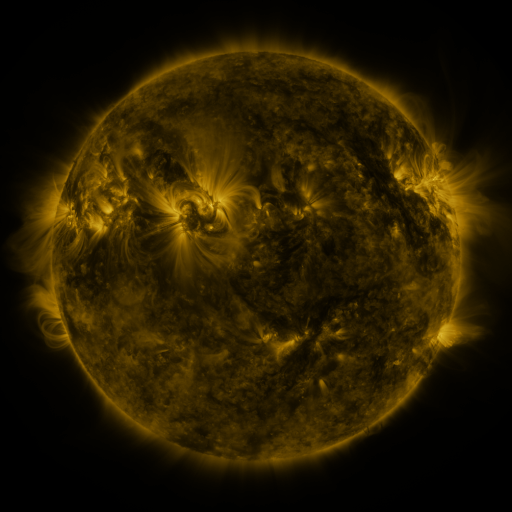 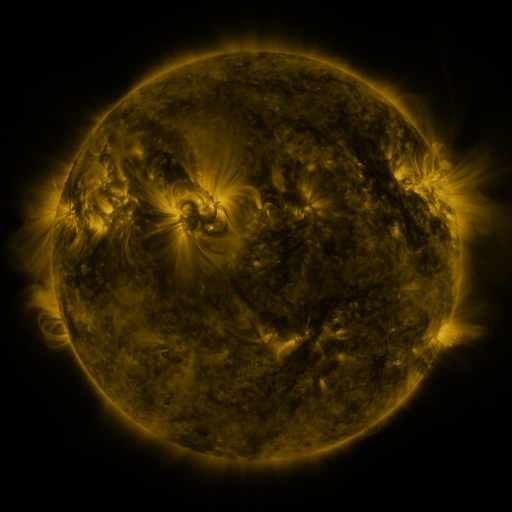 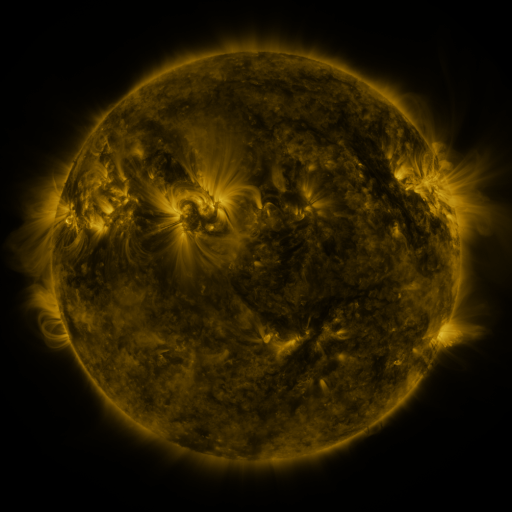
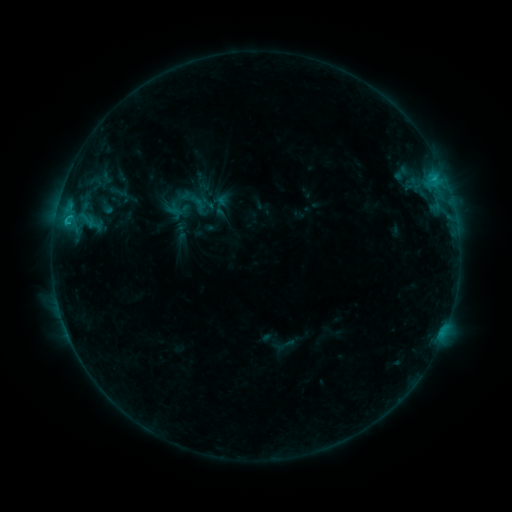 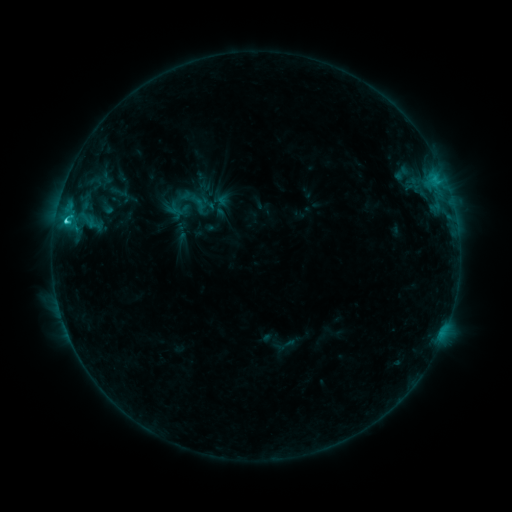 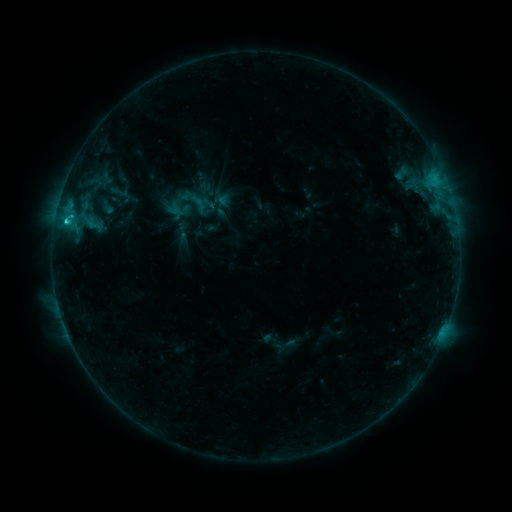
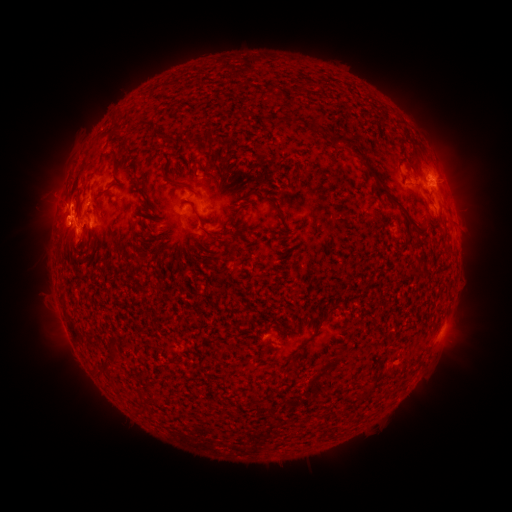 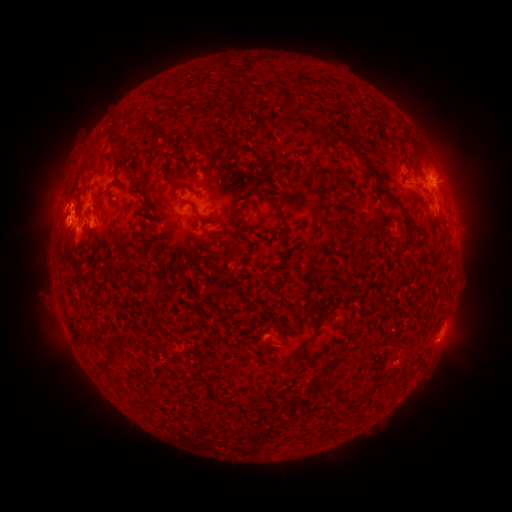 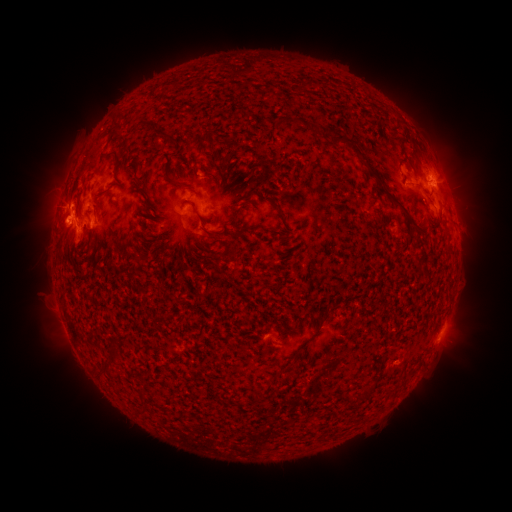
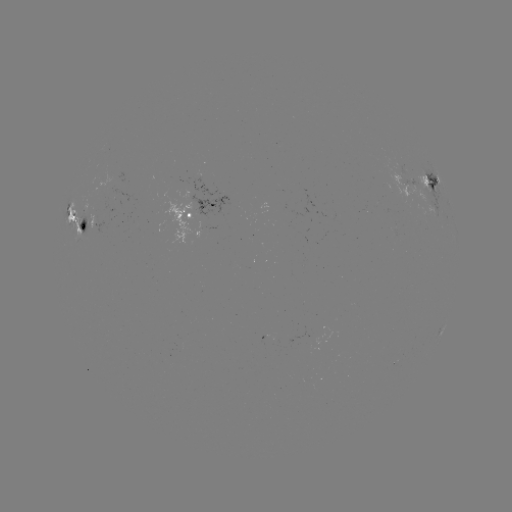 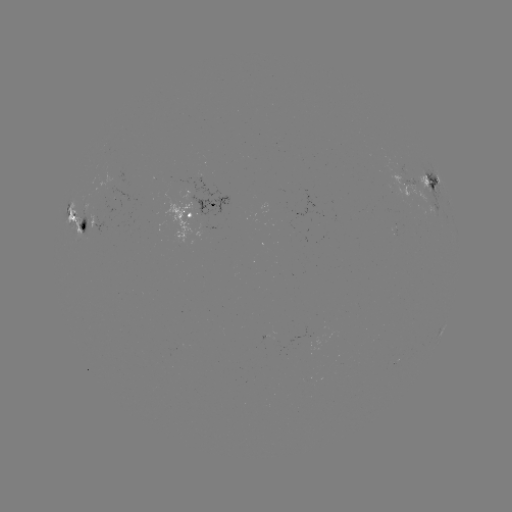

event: flare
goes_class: C3.0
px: (67, 225)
